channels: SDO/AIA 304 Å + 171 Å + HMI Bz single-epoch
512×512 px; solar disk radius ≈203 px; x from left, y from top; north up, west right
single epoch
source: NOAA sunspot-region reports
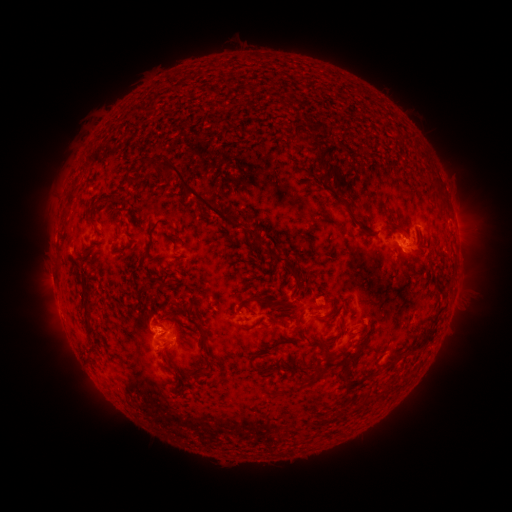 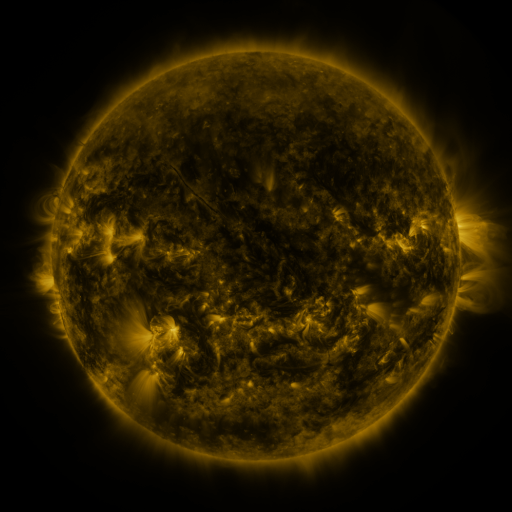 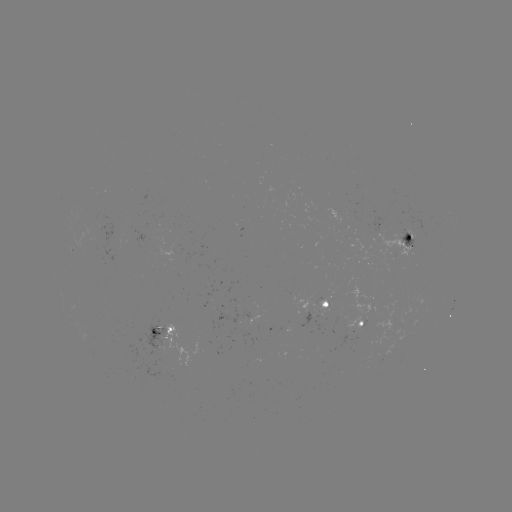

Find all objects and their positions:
spotted active region: (410, 240)
spotted active region: (328, 304)
spotted active region: (360, 325)
spotted active region: (167, 336)
